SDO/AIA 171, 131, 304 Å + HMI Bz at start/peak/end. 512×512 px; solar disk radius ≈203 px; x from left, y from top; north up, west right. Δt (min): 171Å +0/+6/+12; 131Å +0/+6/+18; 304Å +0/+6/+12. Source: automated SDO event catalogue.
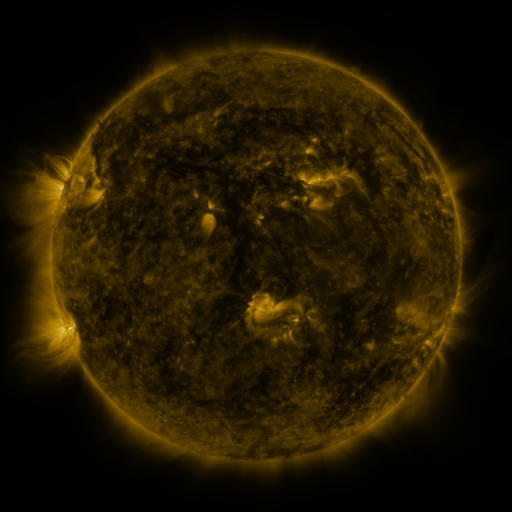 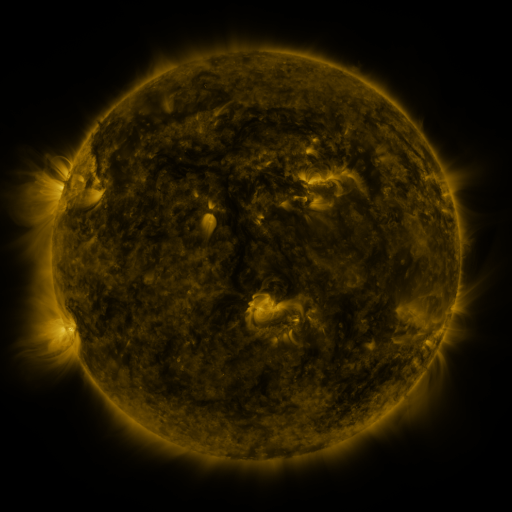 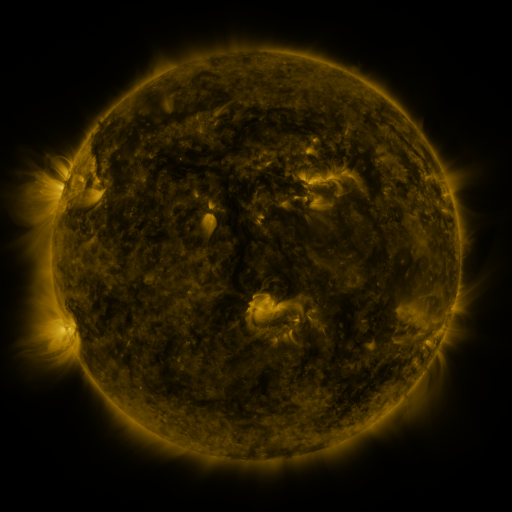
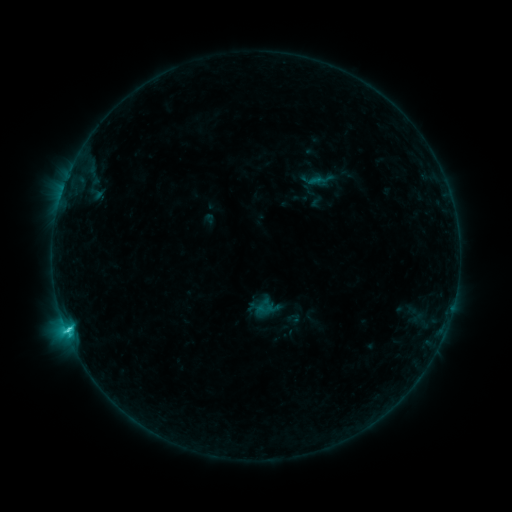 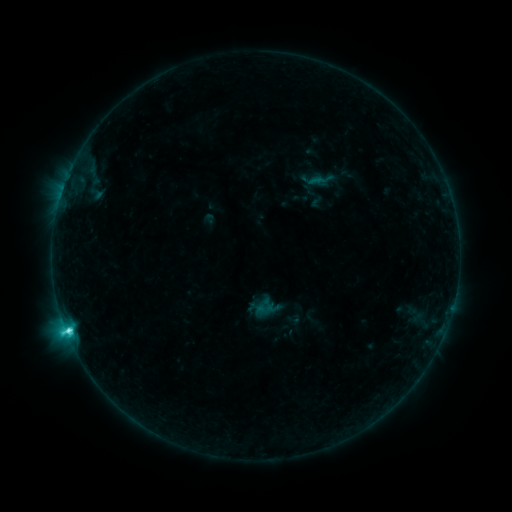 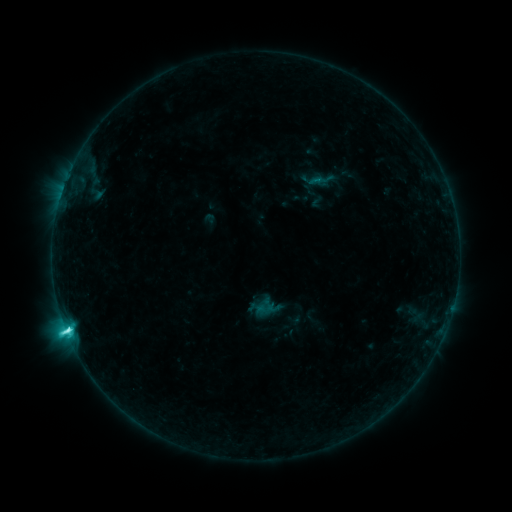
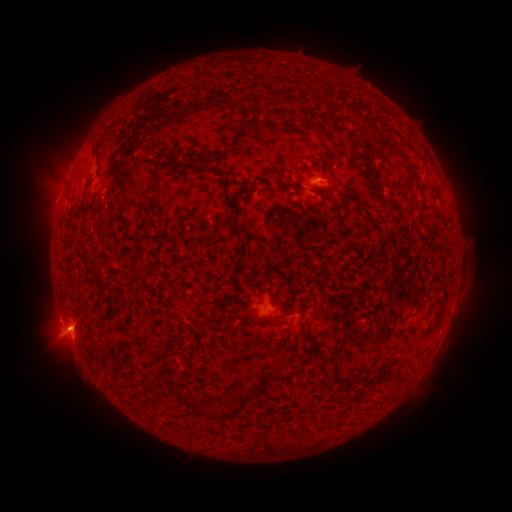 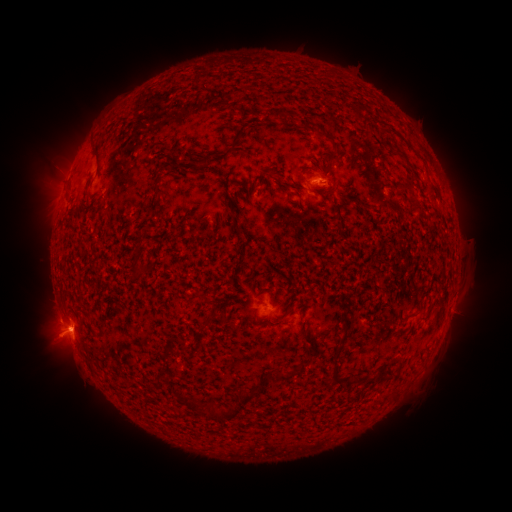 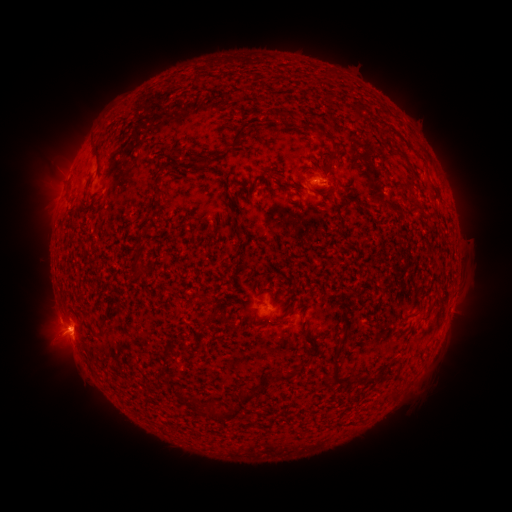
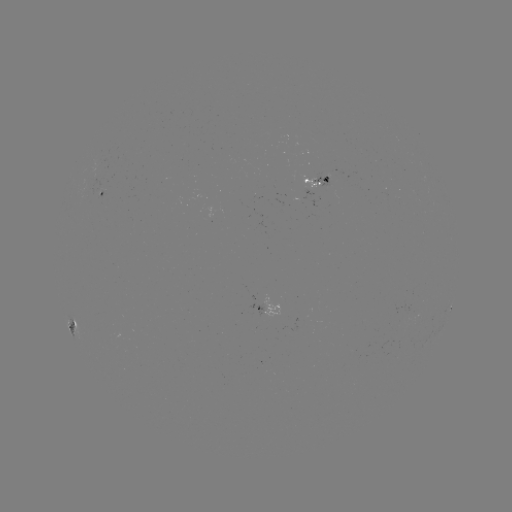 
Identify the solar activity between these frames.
C7.7 flare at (70, 328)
